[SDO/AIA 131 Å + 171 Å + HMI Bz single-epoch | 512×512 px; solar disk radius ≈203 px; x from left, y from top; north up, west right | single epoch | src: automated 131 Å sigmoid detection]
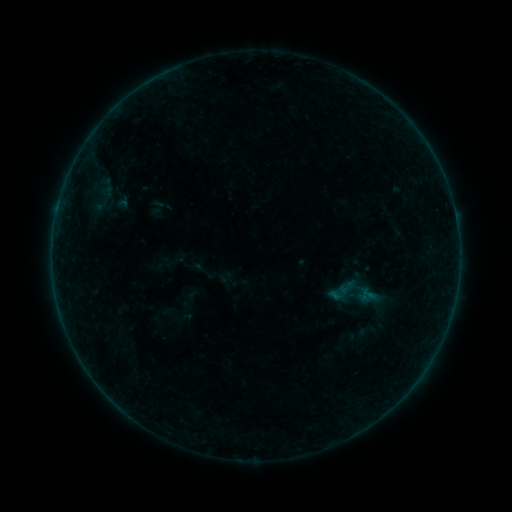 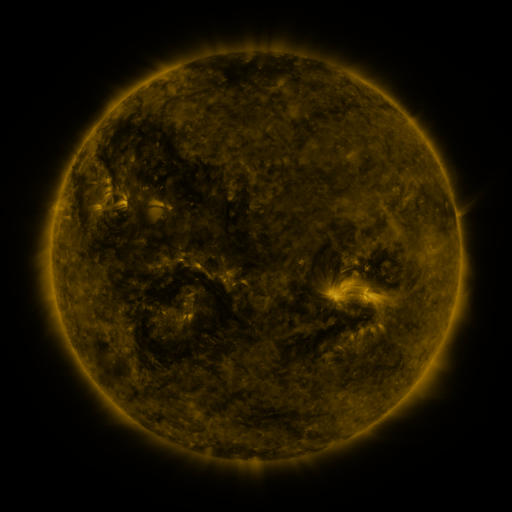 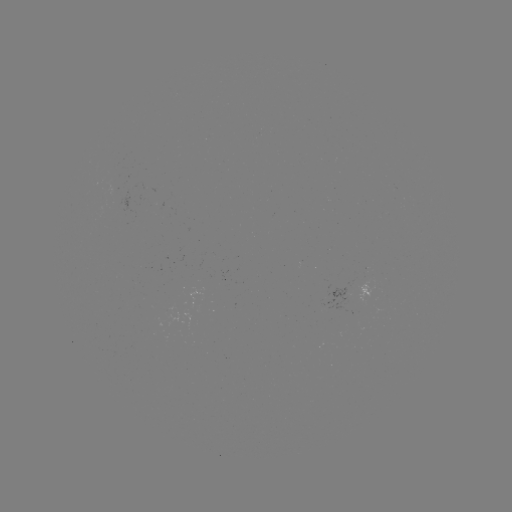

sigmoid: (89, 188, 115, 216)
